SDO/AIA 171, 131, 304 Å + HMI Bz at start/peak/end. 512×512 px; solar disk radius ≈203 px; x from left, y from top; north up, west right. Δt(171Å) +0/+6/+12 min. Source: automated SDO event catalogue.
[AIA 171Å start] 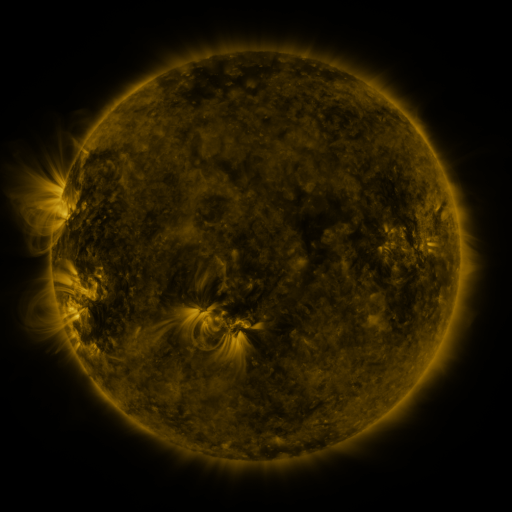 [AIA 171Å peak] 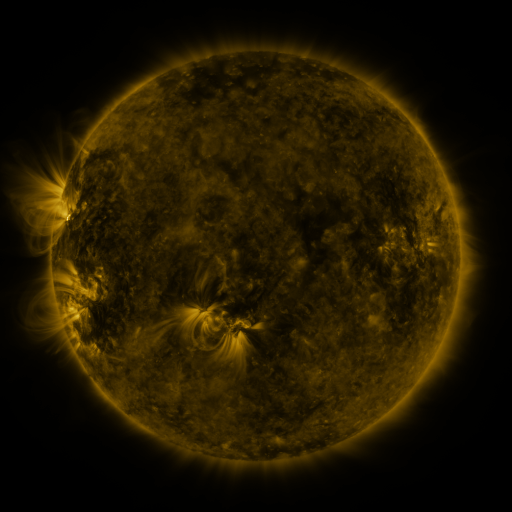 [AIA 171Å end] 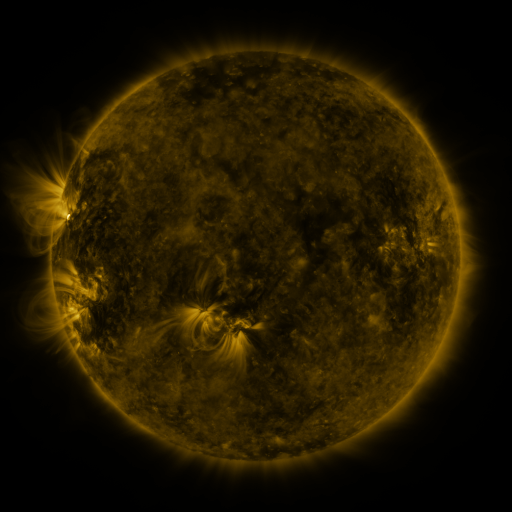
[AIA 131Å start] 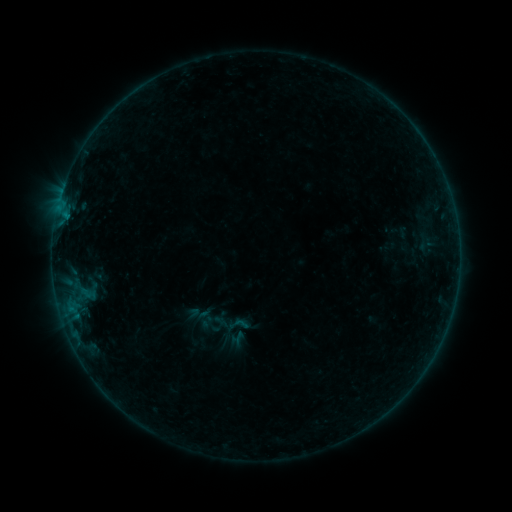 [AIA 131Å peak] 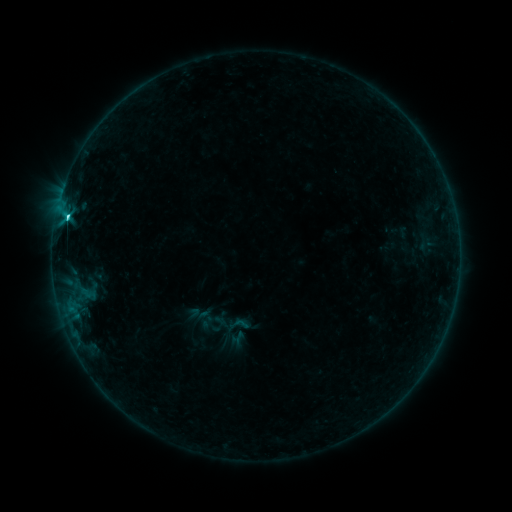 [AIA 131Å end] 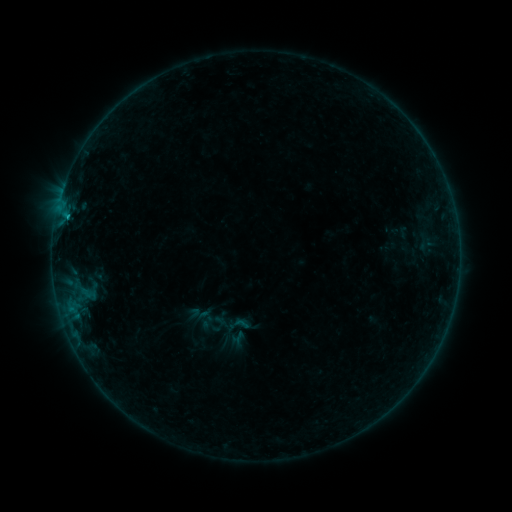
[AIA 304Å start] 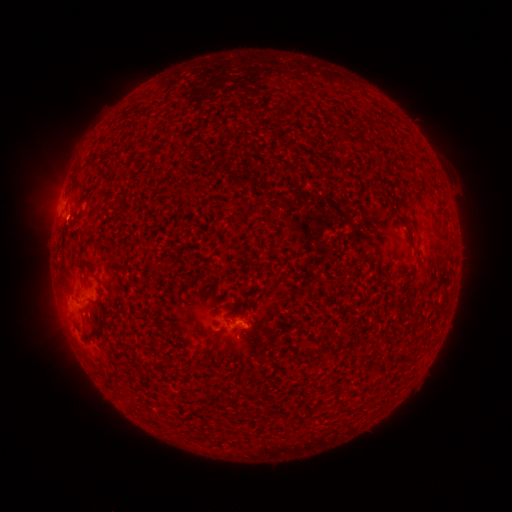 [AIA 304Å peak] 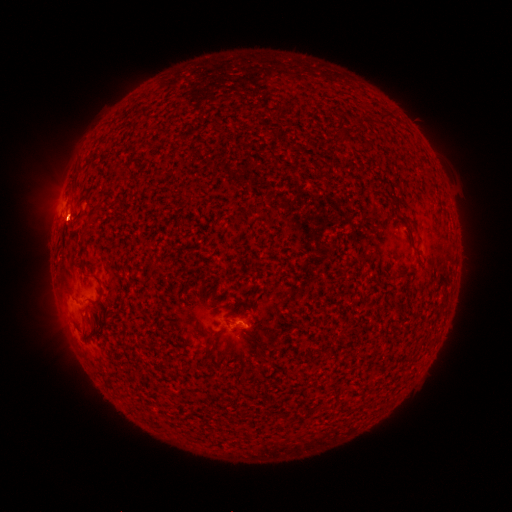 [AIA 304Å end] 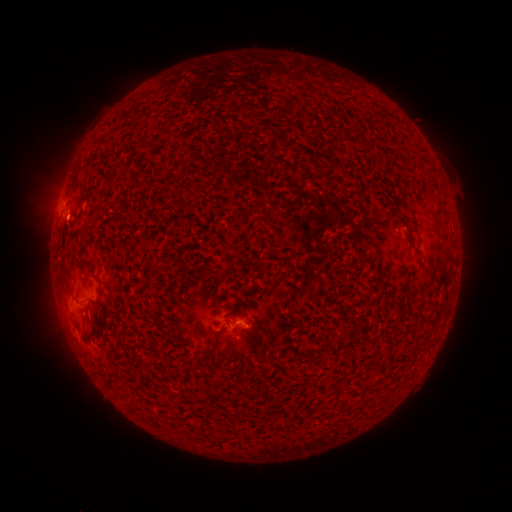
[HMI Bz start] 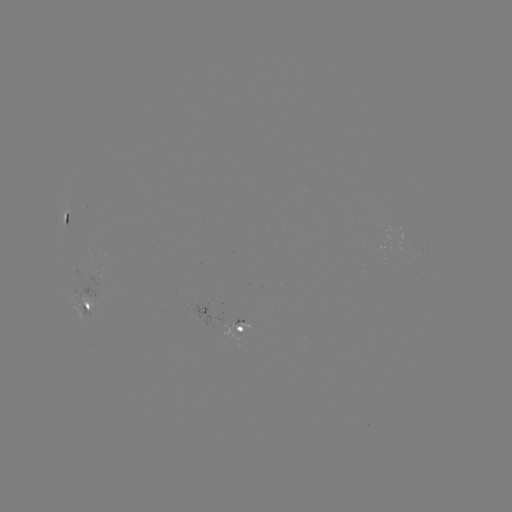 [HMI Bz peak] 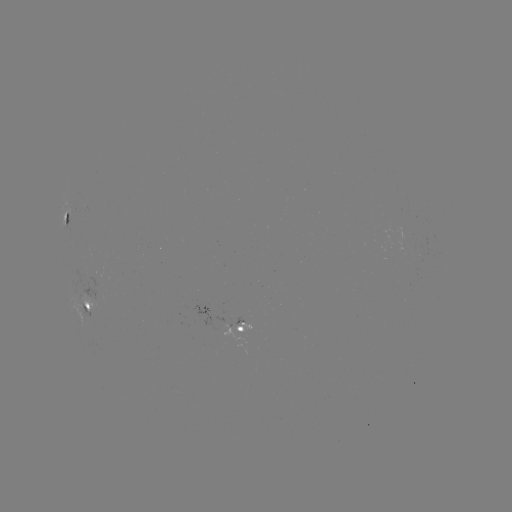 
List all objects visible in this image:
C1.8 flare: (68, 218)
